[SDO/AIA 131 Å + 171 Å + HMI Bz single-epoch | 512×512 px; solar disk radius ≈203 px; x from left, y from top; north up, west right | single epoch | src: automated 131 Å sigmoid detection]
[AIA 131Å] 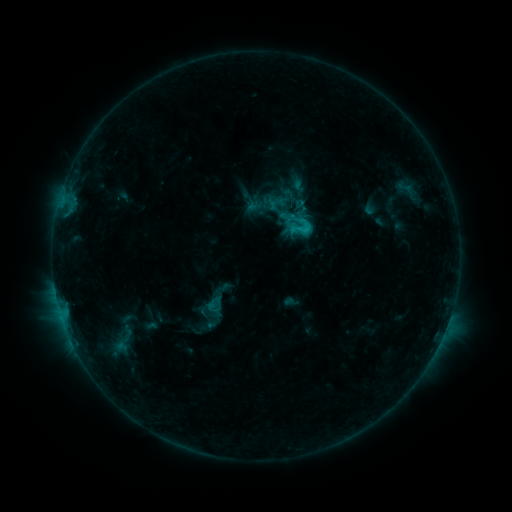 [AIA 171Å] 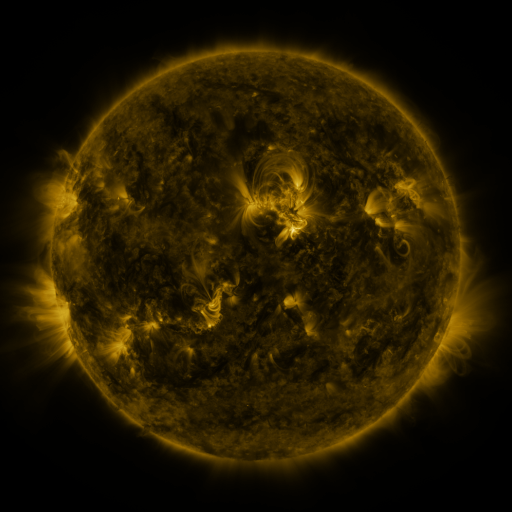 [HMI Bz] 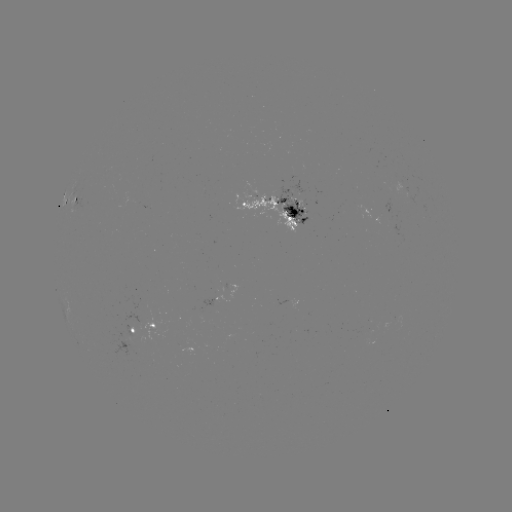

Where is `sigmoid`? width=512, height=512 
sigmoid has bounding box [287, 213, 313, 239].